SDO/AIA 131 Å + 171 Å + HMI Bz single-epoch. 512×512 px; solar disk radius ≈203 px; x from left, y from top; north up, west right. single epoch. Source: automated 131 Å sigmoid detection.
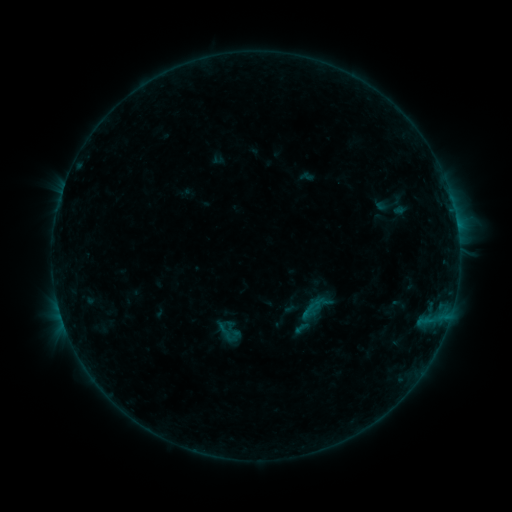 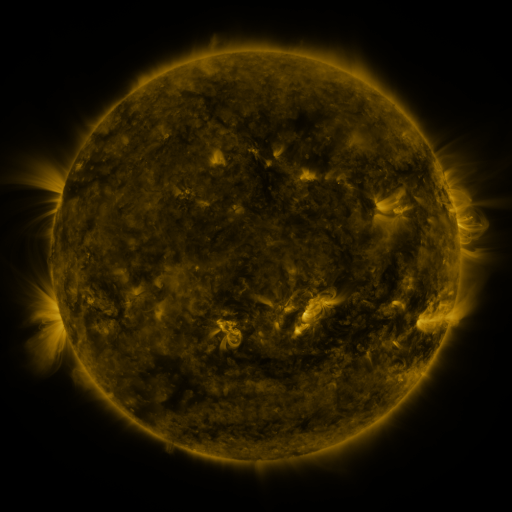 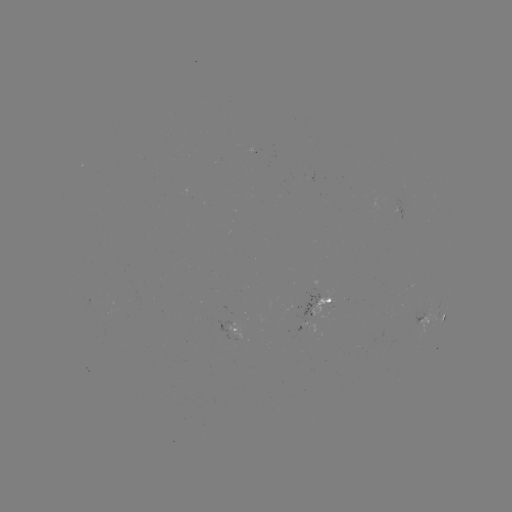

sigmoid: (214, 322, 243, 346)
